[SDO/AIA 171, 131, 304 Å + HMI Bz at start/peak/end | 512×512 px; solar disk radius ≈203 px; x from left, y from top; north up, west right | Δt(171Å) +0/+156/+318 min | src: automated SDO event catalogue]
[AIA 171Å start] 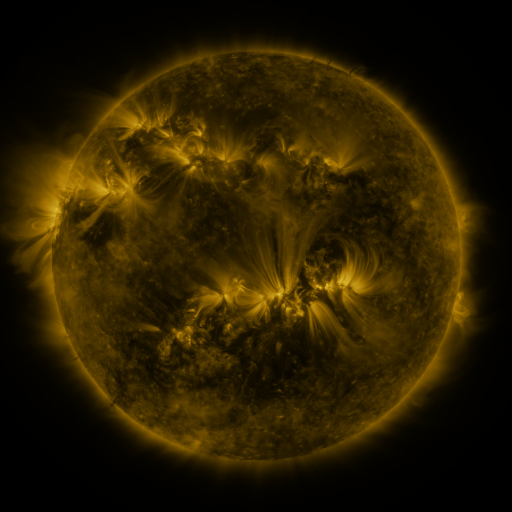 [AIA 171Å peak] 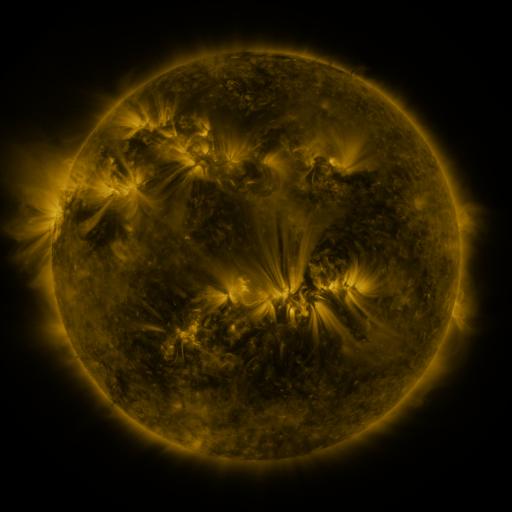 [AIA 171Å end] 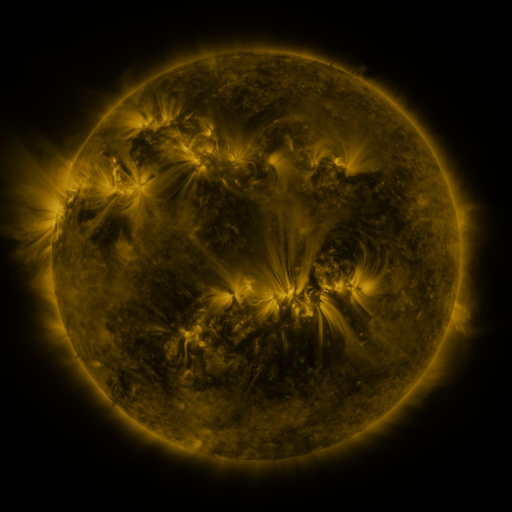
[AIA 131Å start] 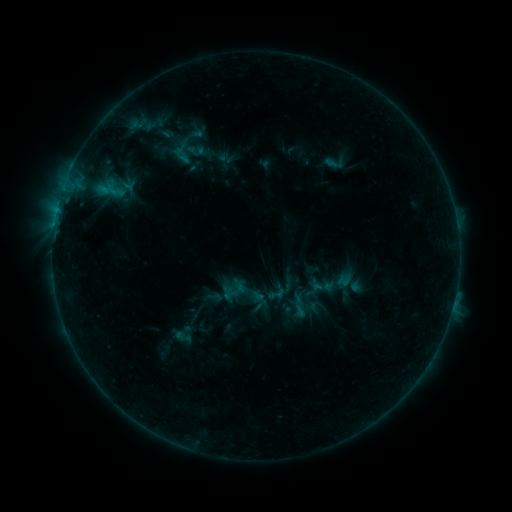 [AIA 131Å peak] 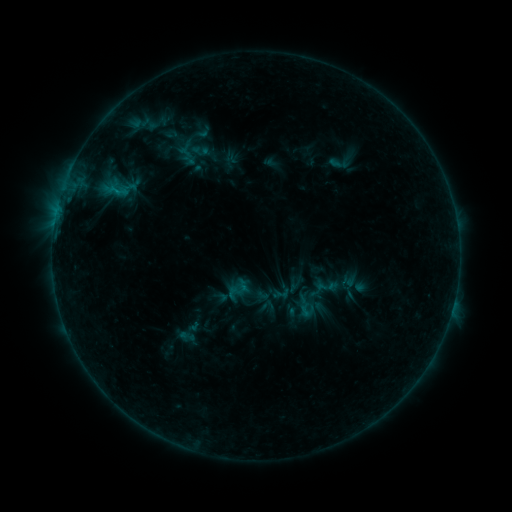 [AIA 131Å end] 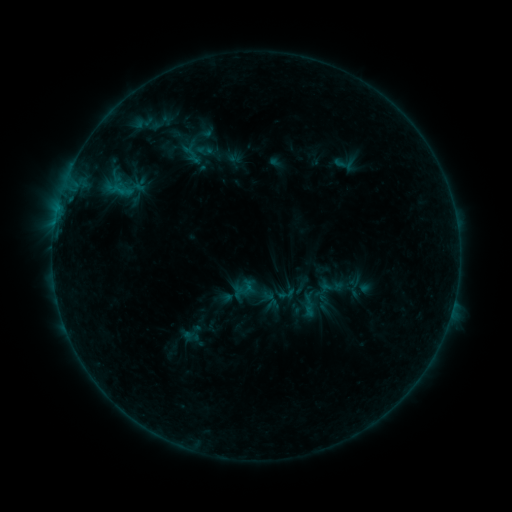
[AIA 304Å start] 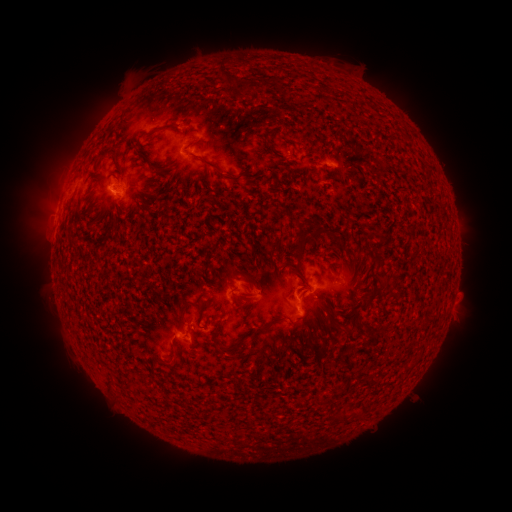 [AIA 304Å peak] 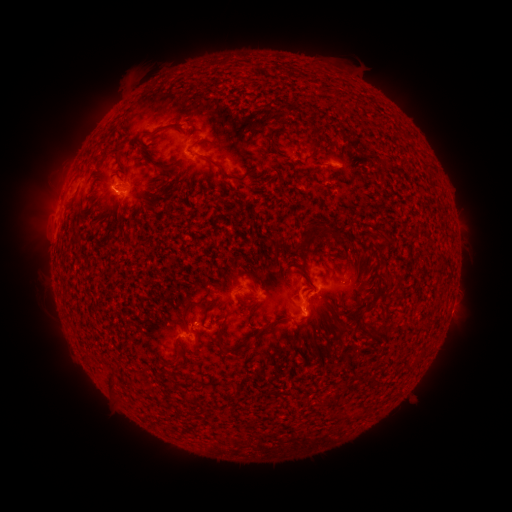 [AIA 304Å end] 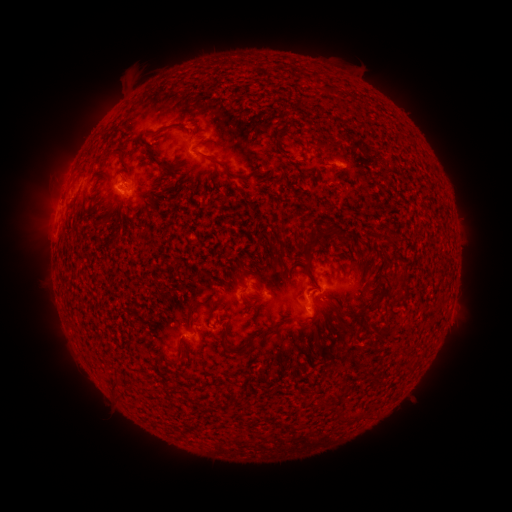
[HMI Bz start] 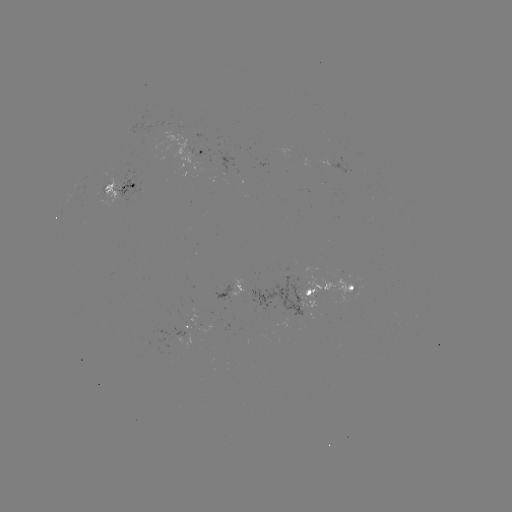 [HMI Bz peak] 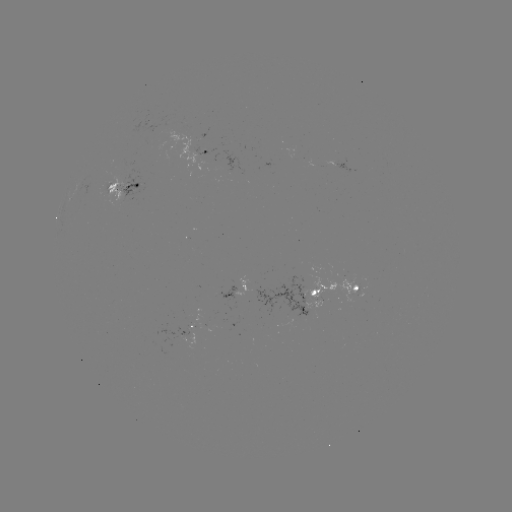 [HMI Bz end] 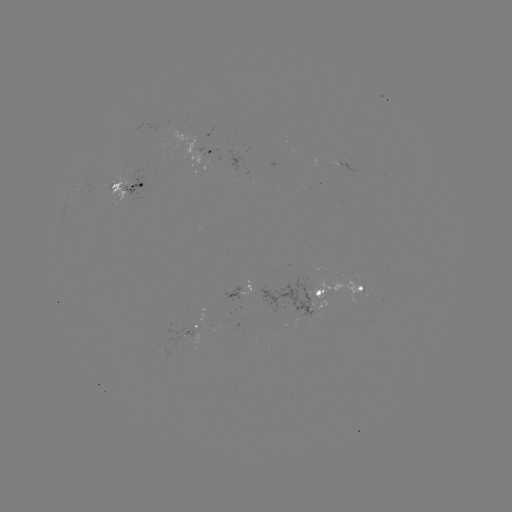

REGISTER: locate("filament eruption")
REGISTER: (251, 30)